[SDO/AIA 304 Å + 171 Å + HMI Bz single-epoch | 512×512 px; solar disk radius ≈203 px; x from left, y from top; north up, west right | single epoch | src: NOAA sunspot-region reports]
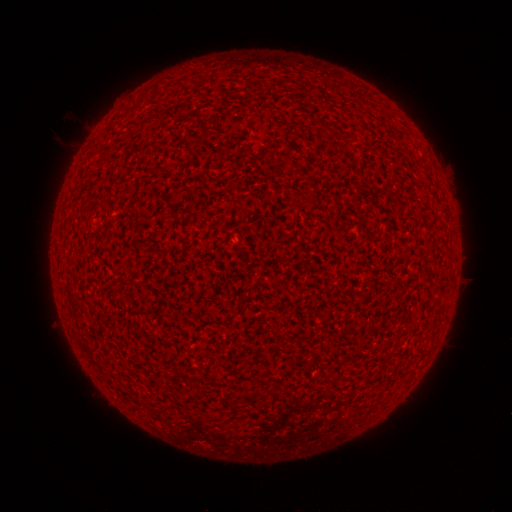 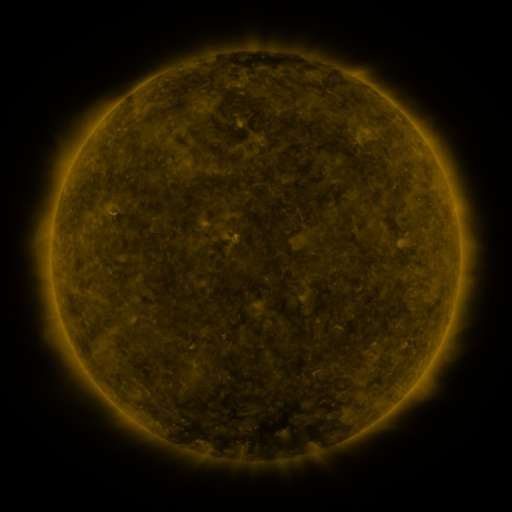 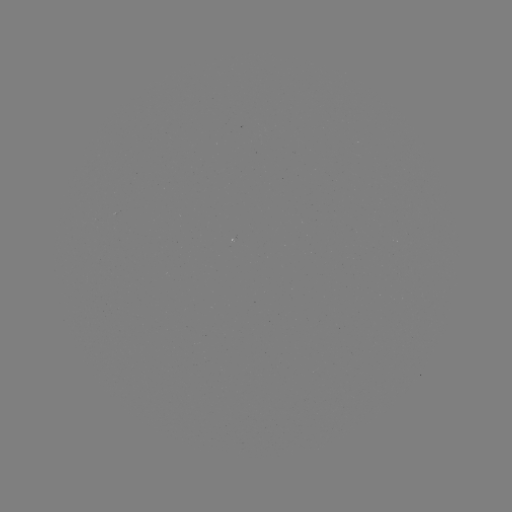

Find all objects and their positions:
(none)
